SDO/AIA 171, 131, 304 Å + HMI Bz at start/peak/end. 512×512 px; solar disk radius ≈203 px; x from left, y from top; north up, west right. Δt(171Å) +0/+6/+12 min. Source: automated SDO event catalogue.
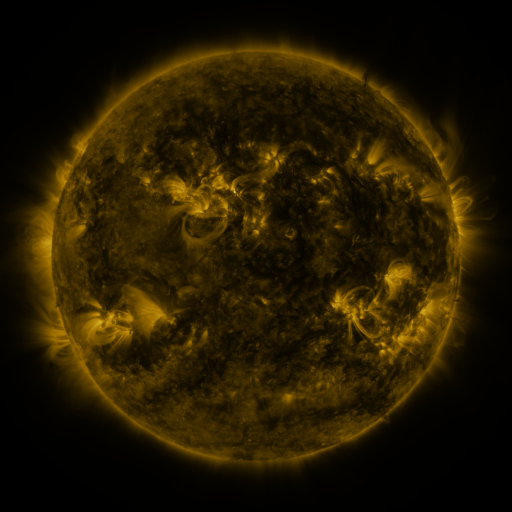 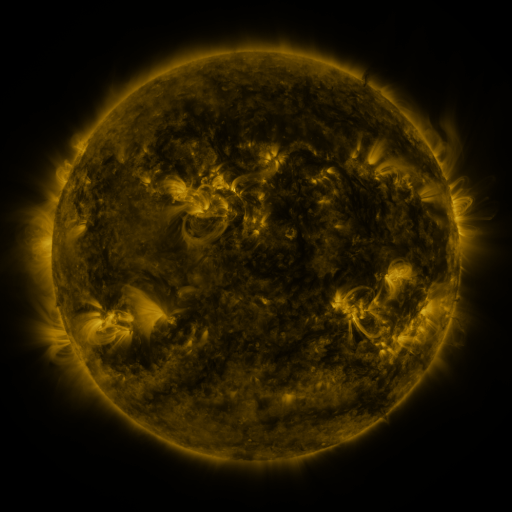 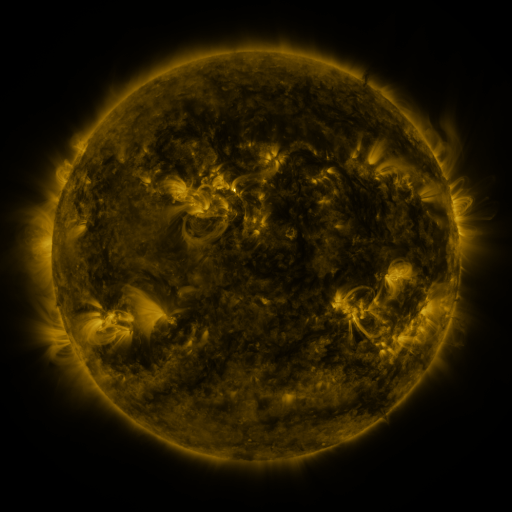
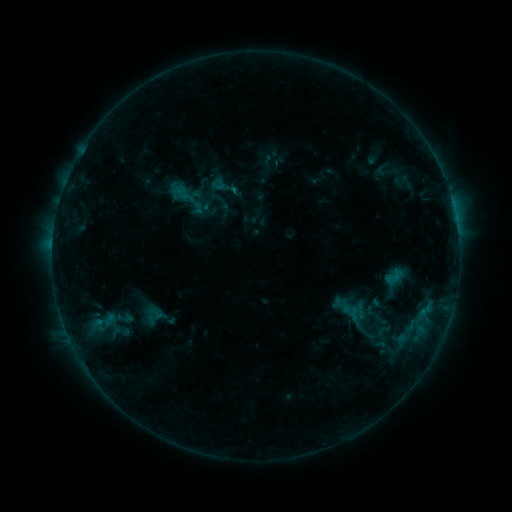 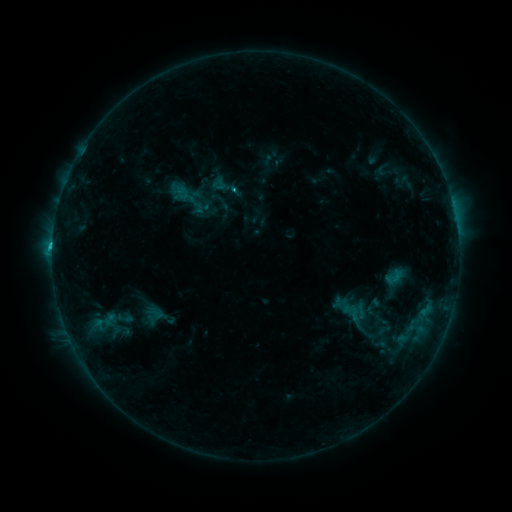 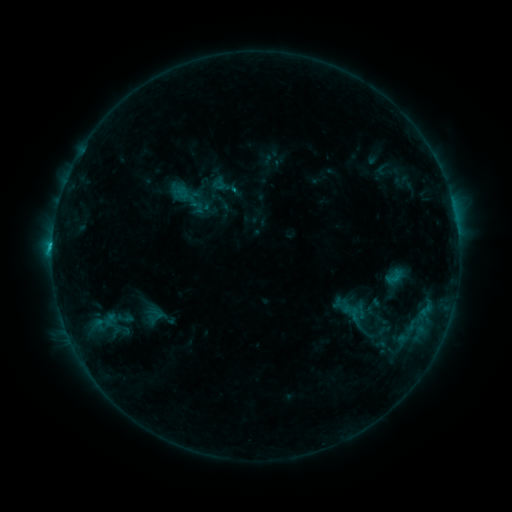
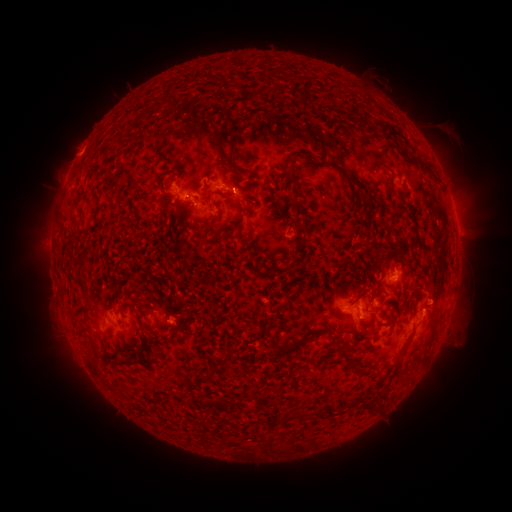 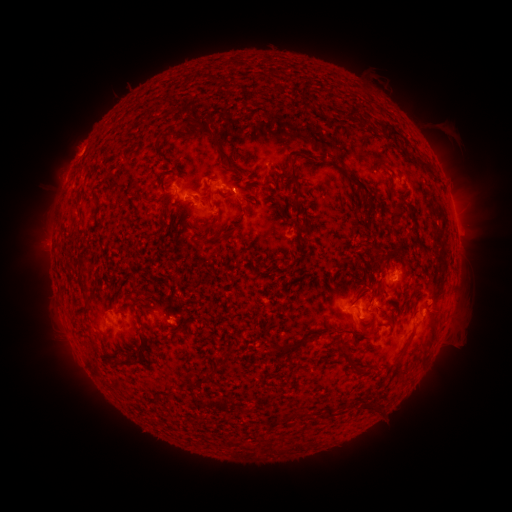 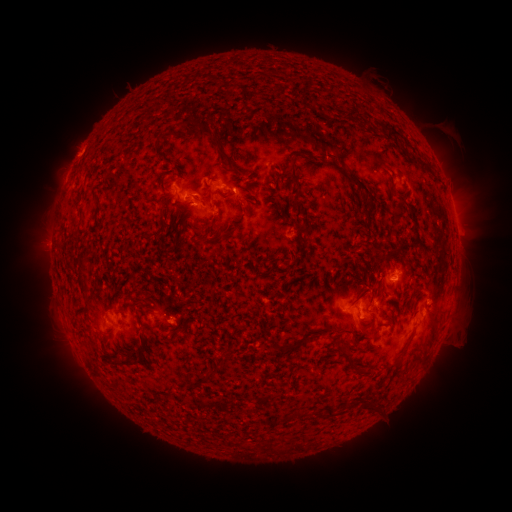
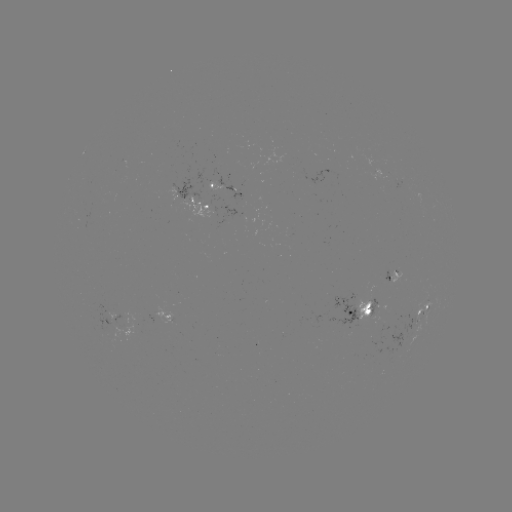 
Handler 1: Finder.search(C1.3 flare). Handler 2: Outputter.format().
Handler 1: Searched C1.3 flare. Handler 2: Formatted [235, 191].